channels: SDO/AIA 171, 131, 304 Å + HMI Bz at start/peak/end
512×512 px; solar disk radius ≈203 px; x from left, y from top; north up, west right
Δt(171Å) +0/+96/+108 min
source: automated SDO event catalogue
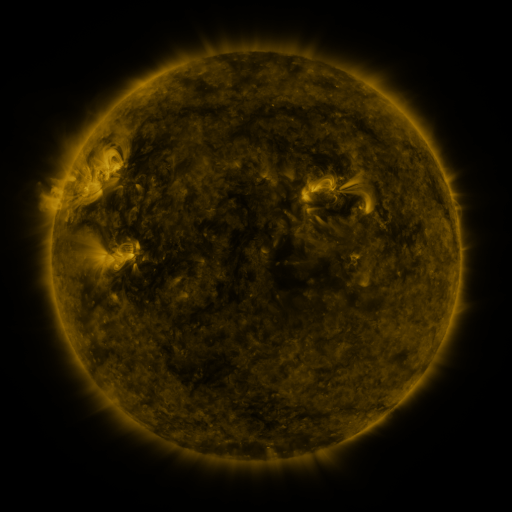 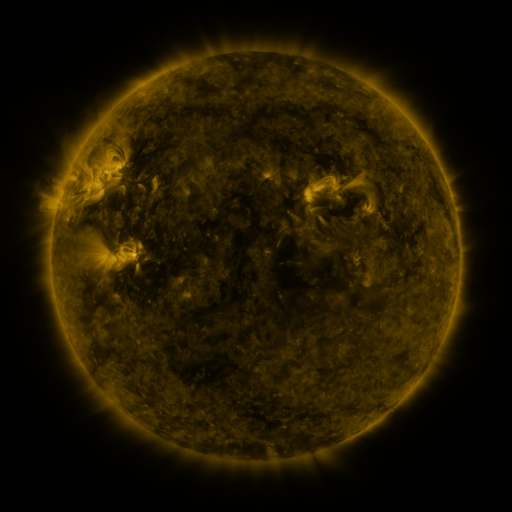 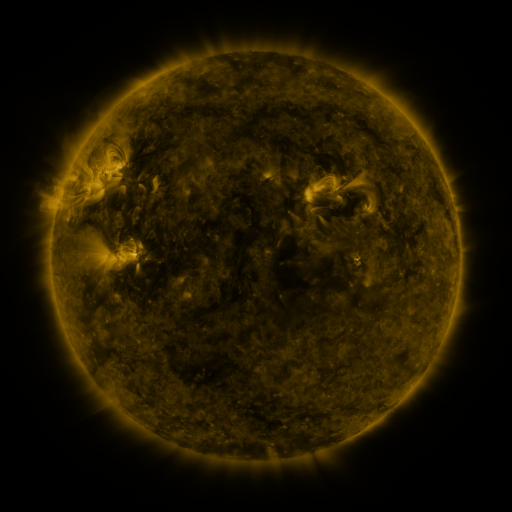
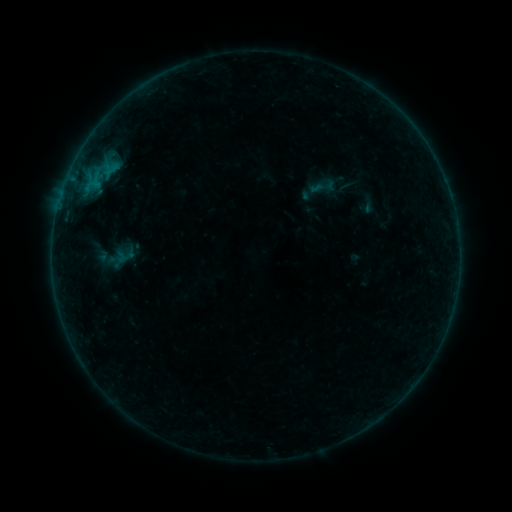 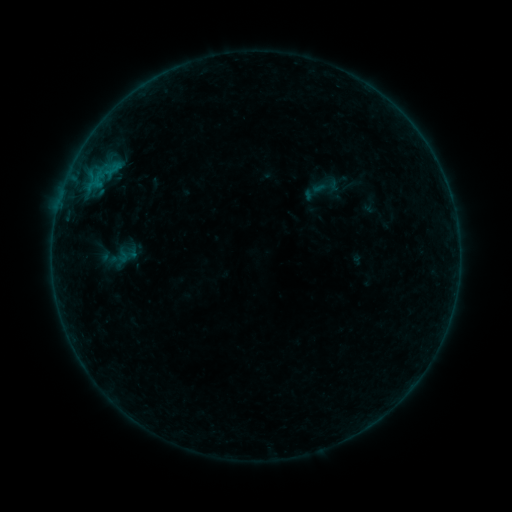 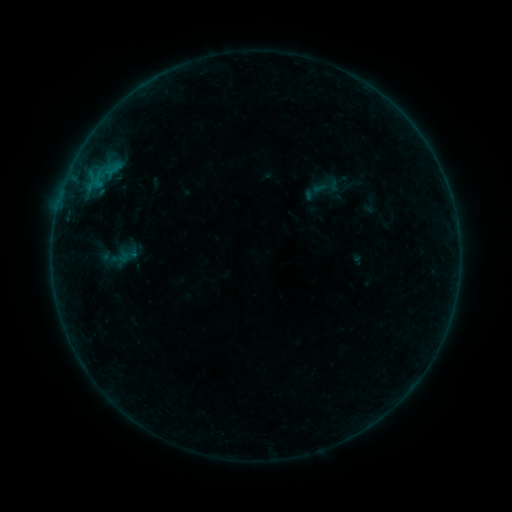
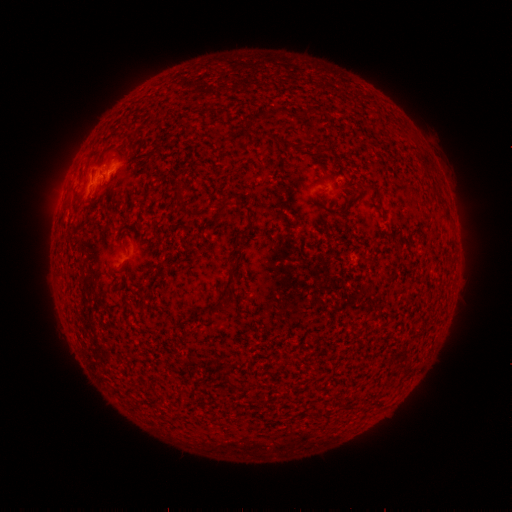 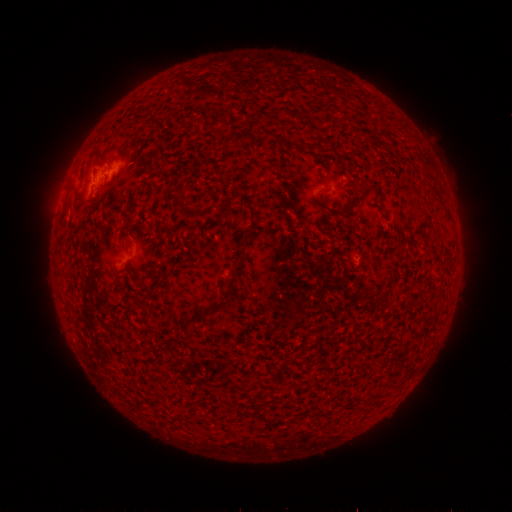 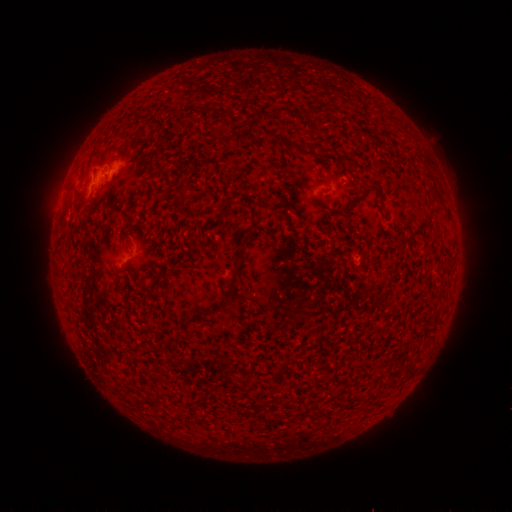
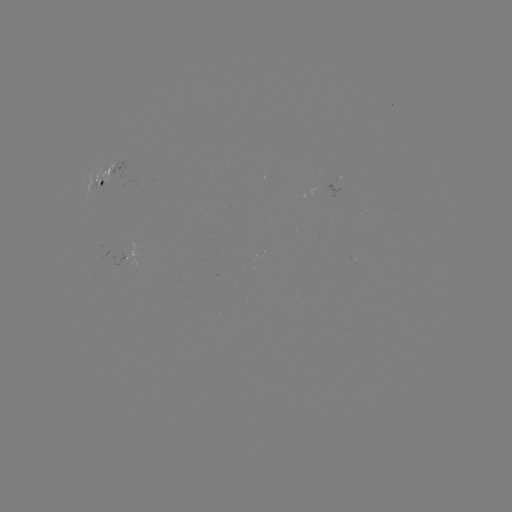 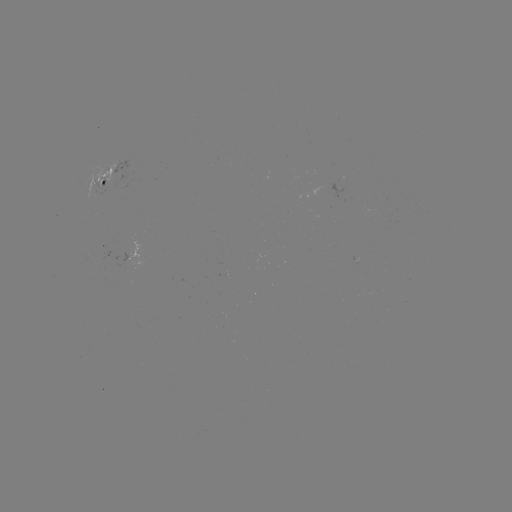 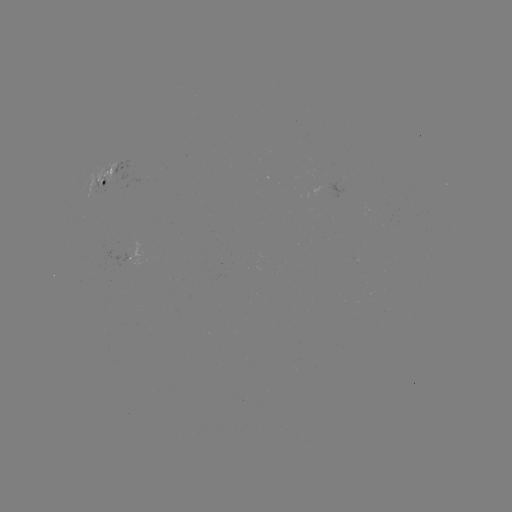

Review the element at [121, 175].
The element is emerging-flux region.